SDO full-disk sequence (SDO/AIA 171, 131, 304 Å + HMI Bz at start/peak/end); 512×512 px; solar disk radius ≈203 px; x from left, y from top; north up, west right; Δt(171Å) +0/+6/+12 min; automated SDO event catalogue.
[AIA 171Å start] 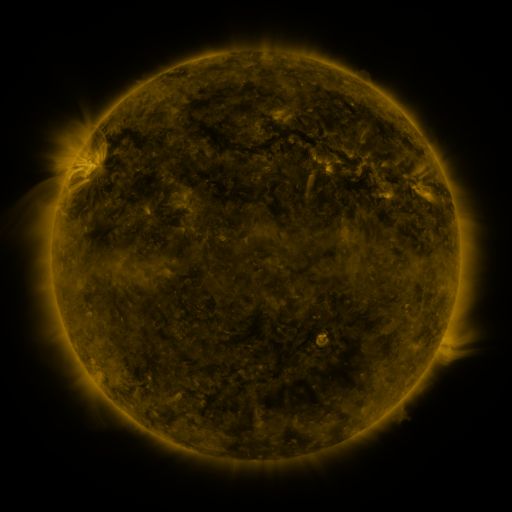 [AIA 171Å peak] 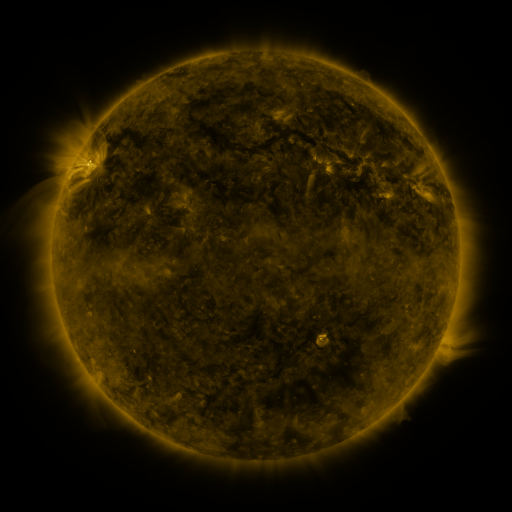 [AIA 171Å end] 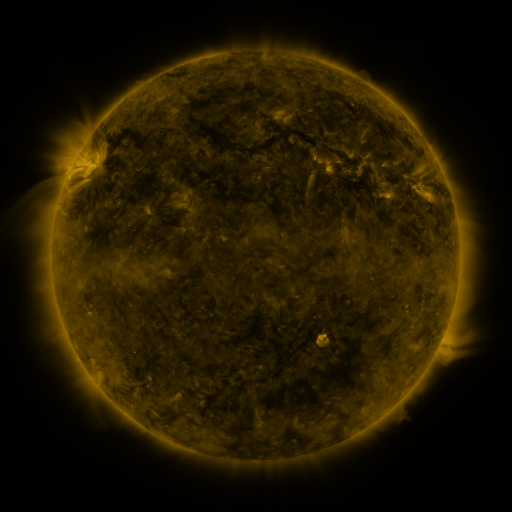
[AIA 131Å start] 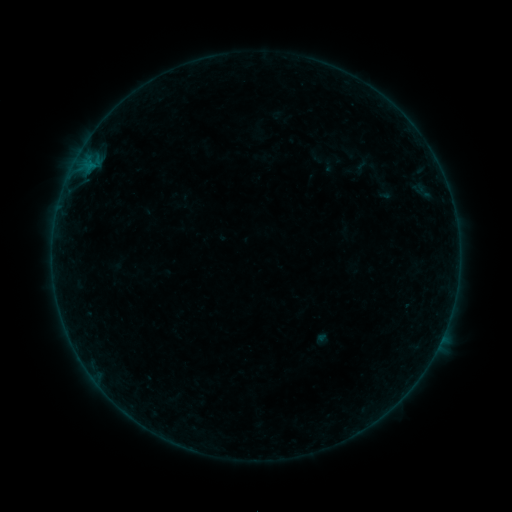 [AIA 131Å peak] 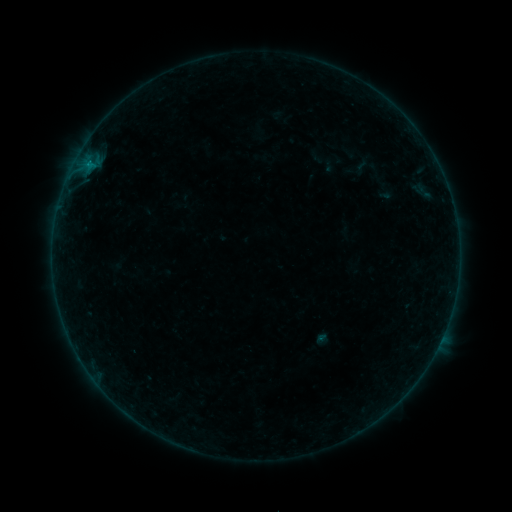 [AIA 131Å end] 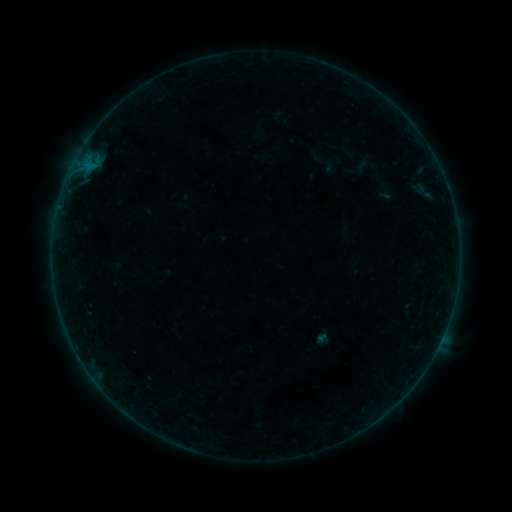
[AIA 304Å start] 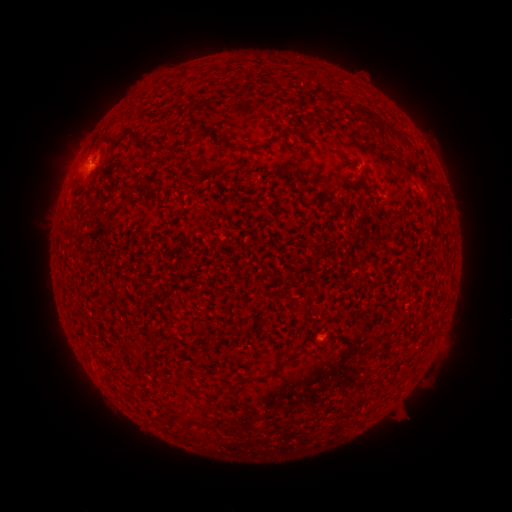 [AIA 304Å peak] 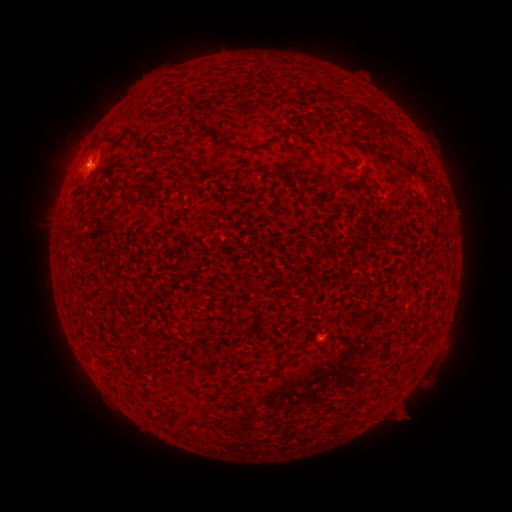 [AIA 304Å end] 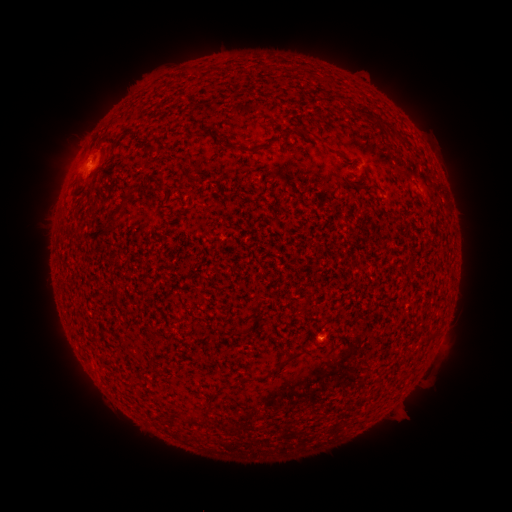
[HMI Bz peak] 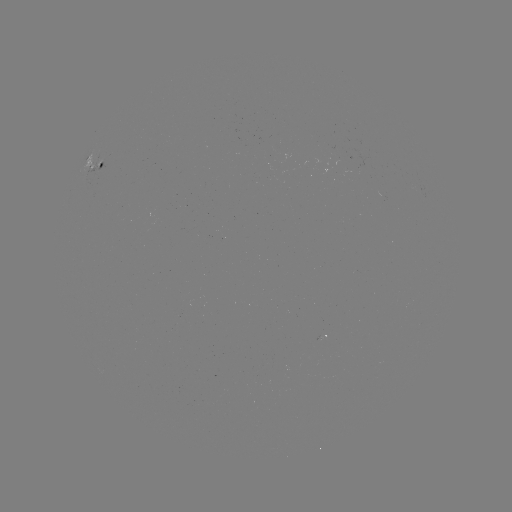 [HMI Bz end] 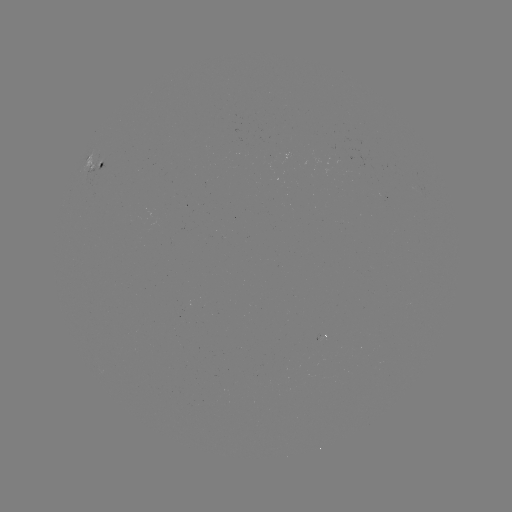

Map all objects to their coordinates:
B1.1 flare: (87, 167)
